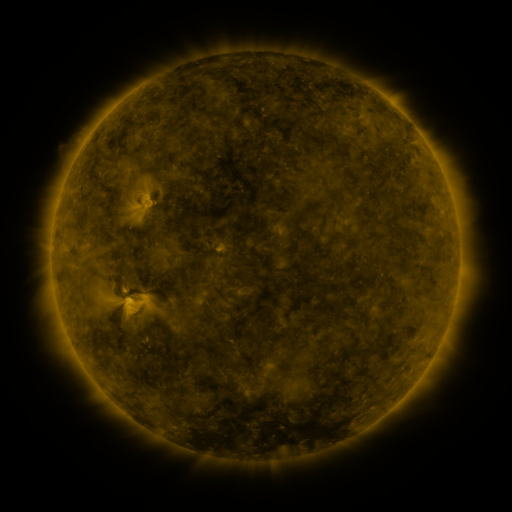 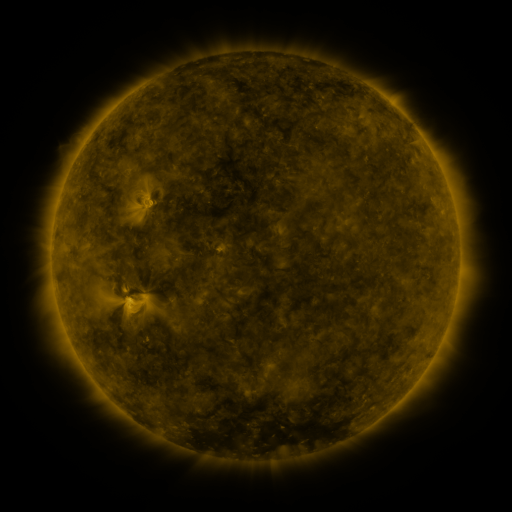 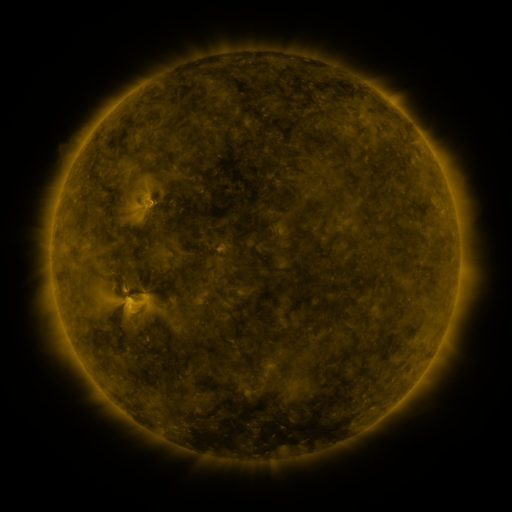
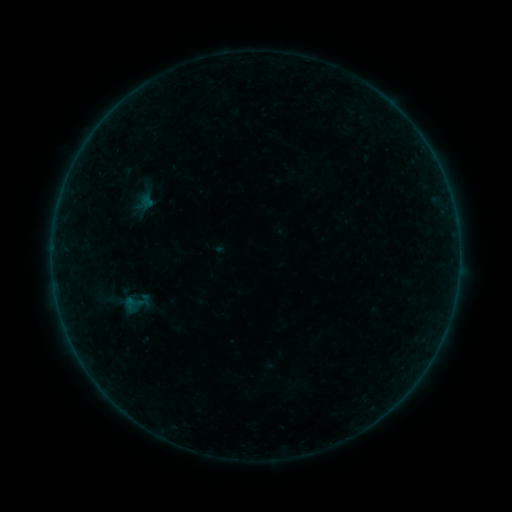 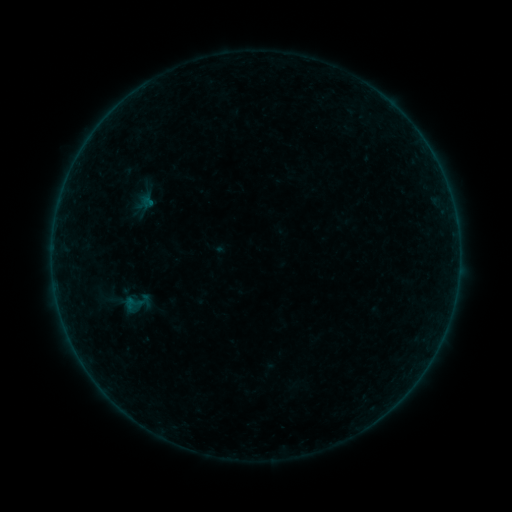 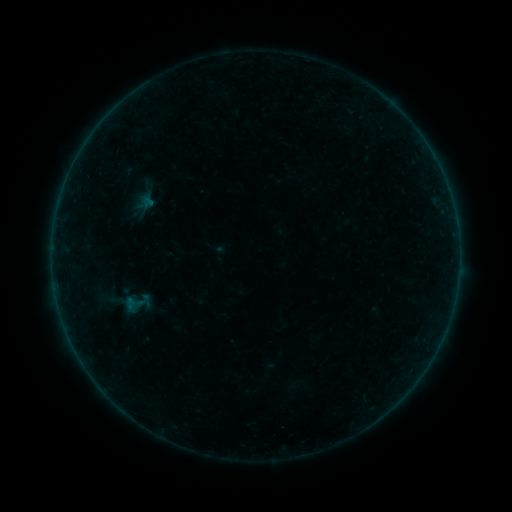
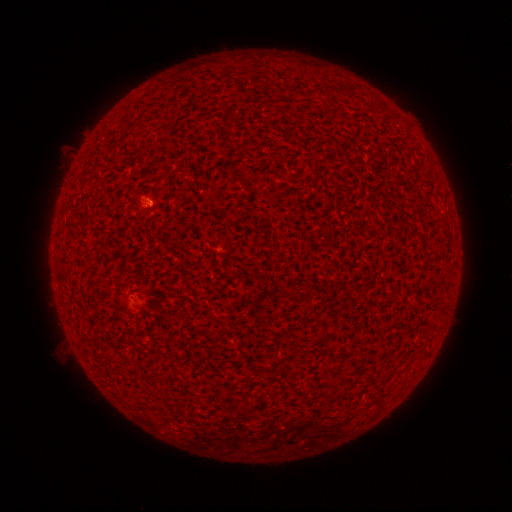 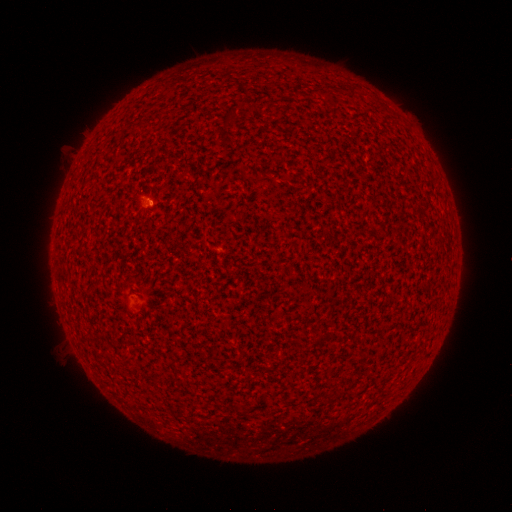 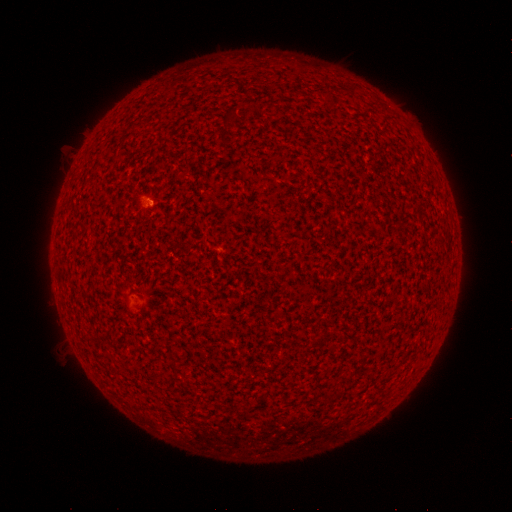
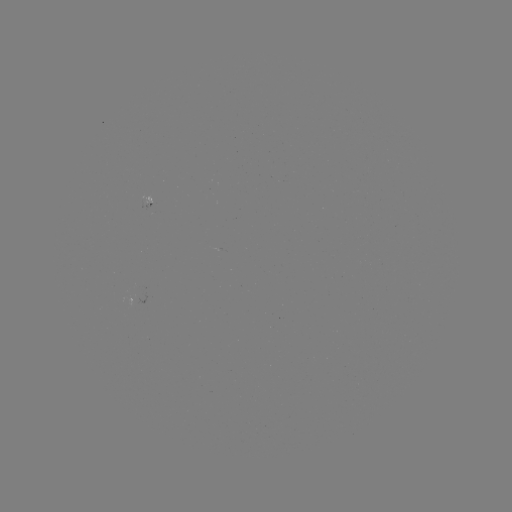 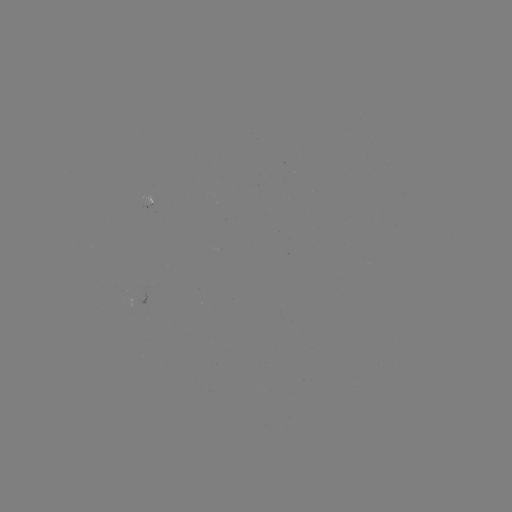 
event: flare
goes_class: A1.1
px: (152, 202)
